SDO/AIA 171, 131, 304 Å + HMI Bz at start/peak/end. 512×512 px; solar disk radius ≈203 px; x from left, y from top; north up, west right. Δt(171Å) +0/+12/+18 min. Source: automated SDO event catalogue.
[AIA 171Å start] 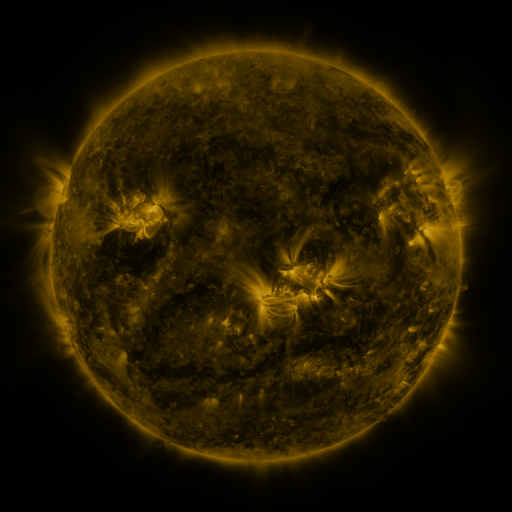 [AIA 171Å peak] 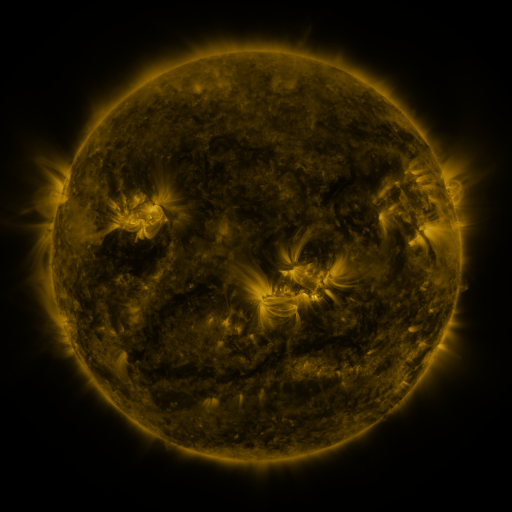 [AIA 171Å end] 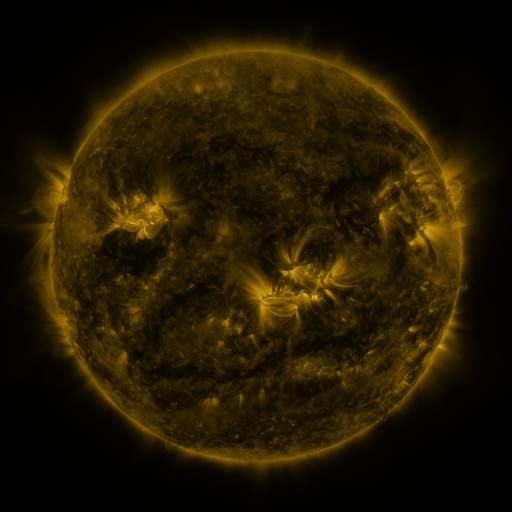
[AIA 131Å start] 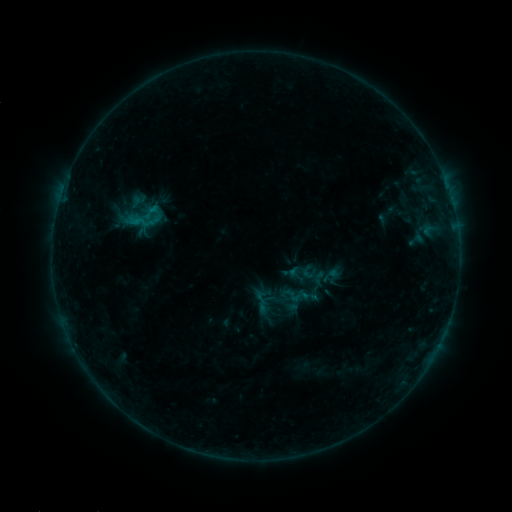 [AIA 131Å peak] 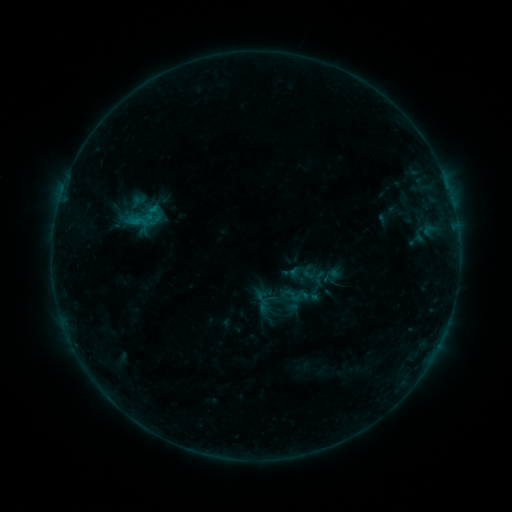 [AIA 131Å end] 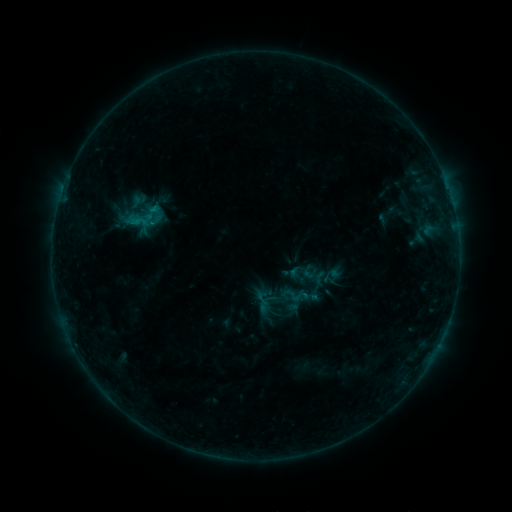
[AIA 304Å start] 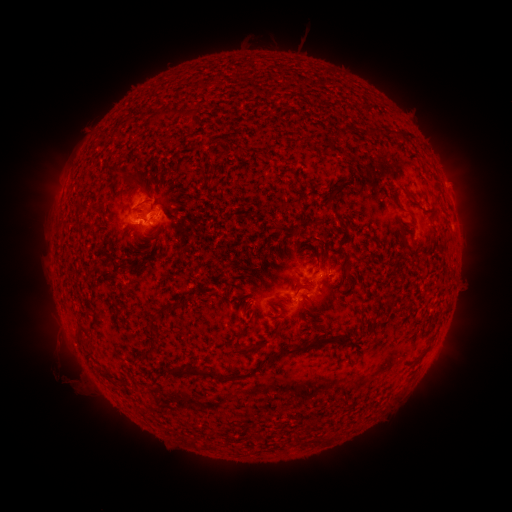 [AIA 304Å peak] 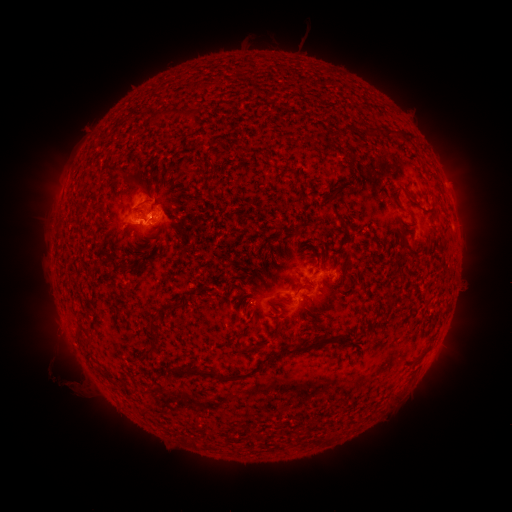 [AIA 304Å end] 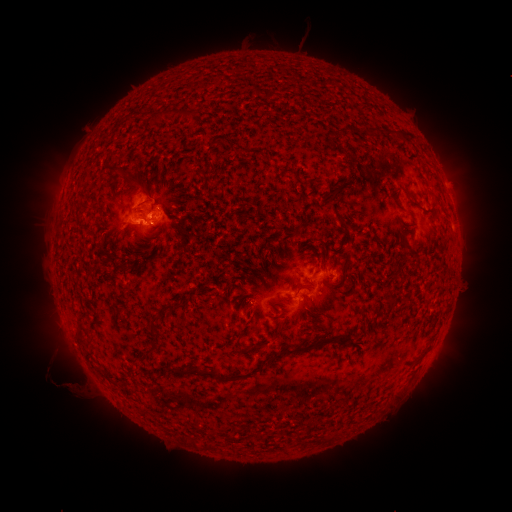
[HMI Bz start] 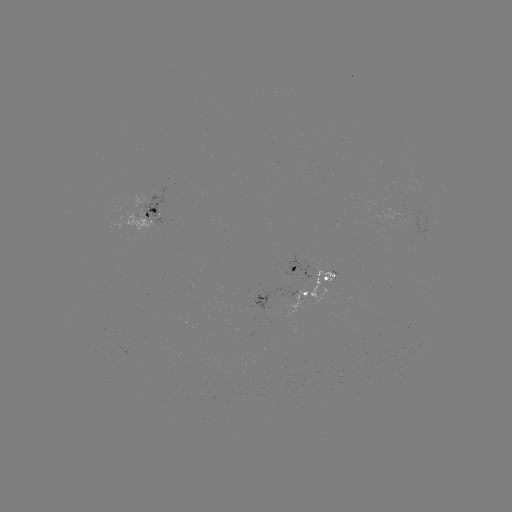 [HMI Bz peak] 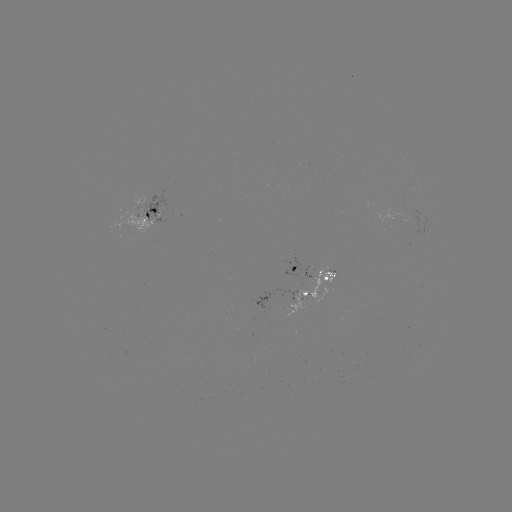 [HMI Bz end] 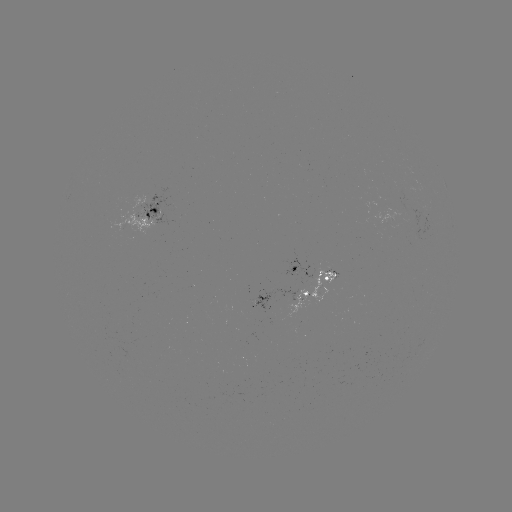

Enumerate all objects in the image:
eruption: (62, 378)
